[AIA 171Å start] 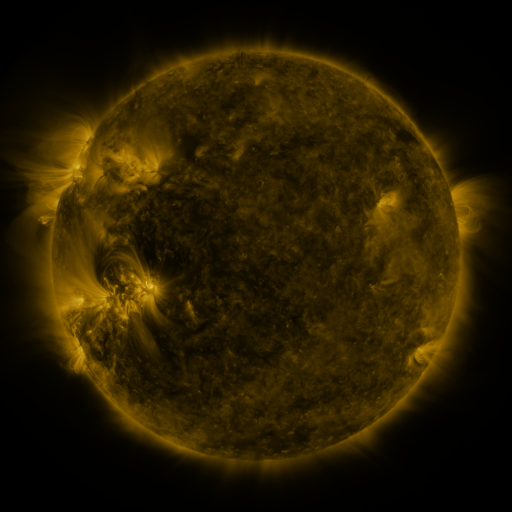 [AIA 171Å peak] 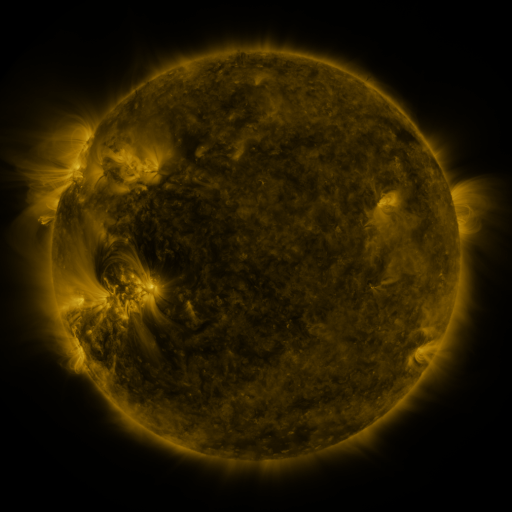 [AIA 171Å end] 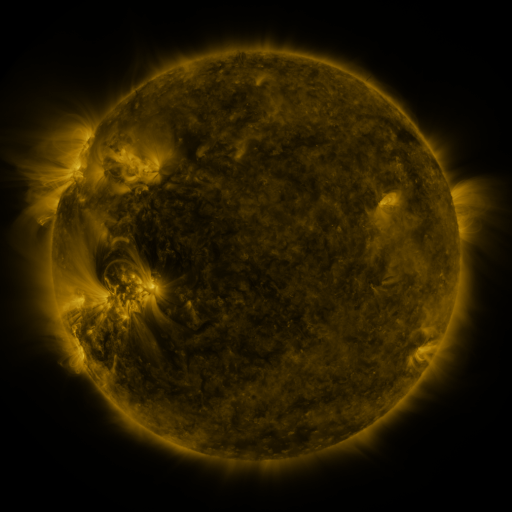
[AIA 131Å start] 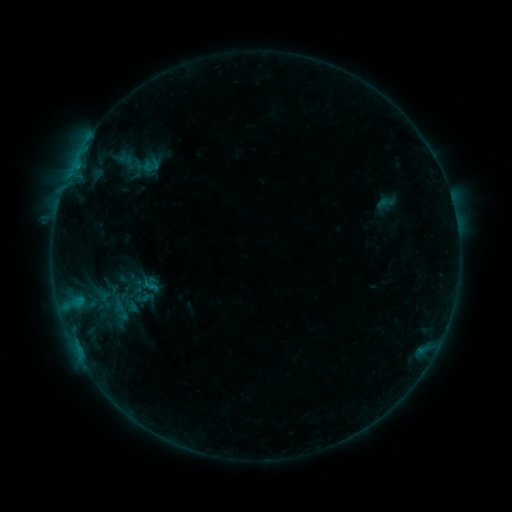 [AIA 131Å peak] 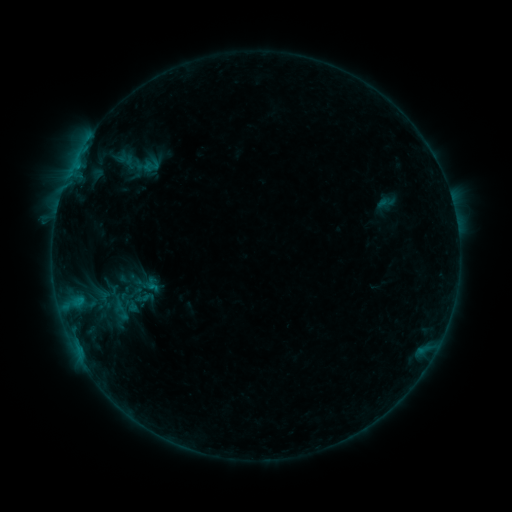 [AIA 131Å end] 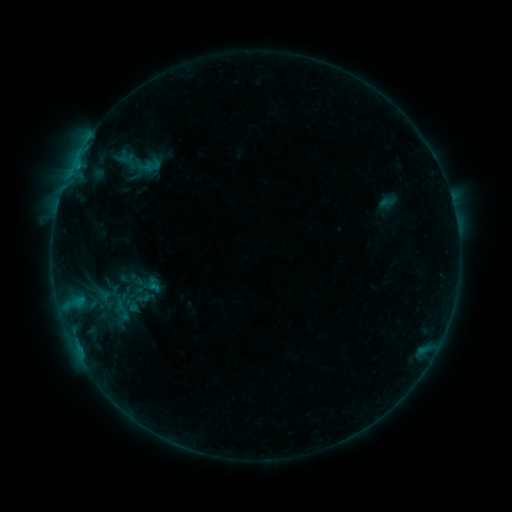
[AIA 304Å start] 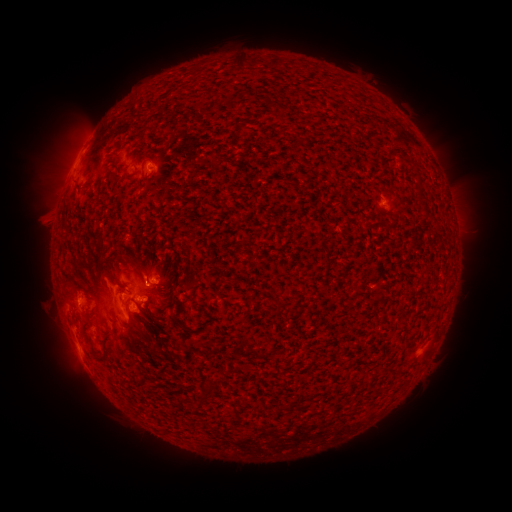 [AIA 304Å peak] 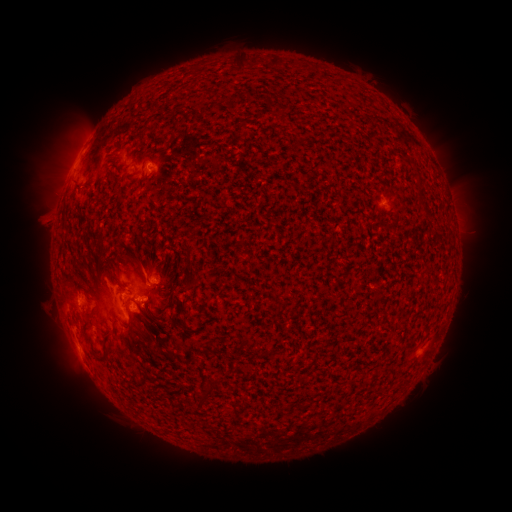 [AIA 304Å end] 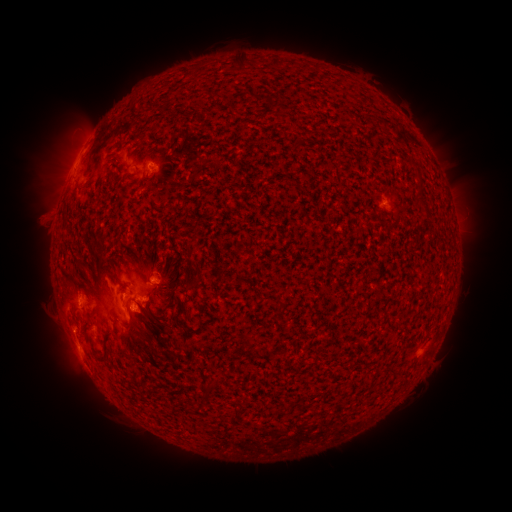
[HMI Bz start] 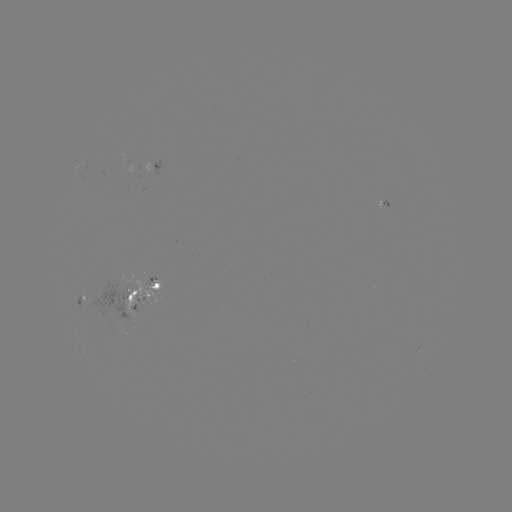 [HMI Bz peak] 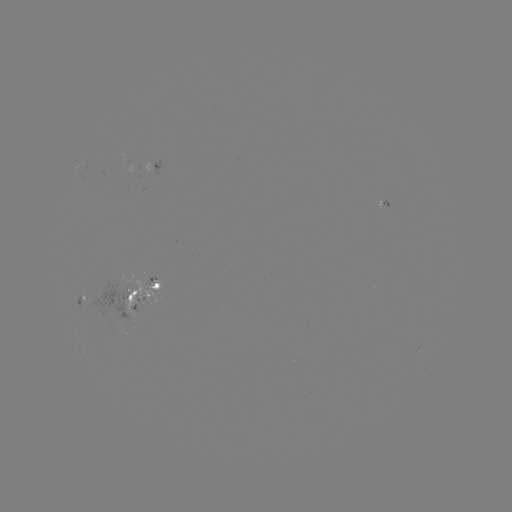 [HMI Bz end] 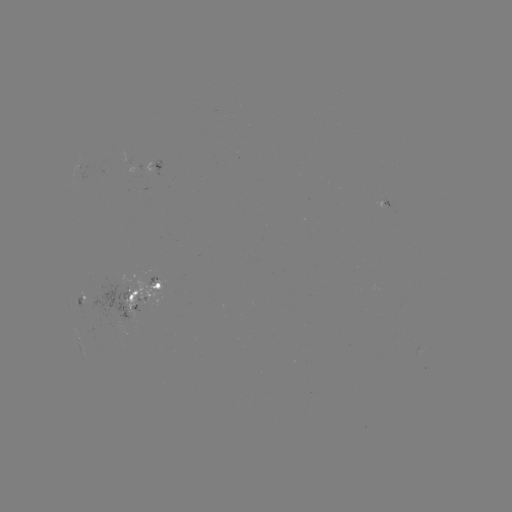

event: emerging-flux region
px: (151, 285)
